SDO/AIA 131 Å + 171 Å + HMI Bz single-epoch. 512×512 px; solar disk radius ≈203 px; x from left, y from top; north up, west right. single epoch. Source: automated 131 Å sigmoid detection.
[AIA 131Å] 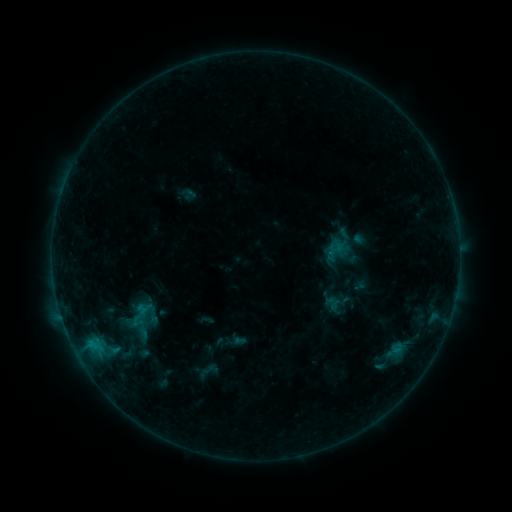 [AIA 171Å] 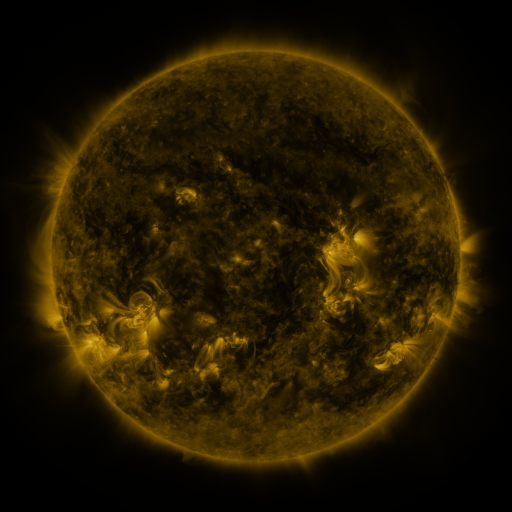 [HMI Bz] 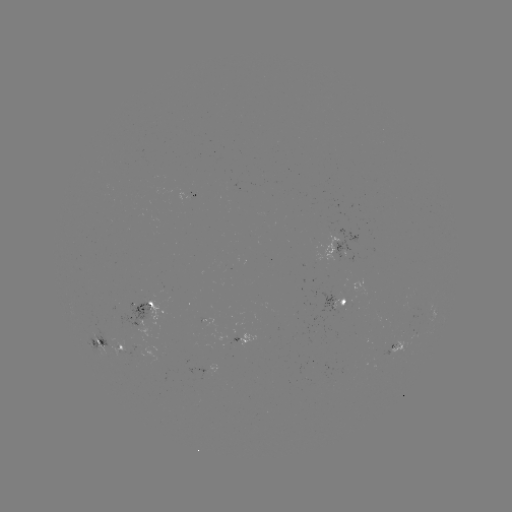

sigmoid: (323, 294, 342, 313)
